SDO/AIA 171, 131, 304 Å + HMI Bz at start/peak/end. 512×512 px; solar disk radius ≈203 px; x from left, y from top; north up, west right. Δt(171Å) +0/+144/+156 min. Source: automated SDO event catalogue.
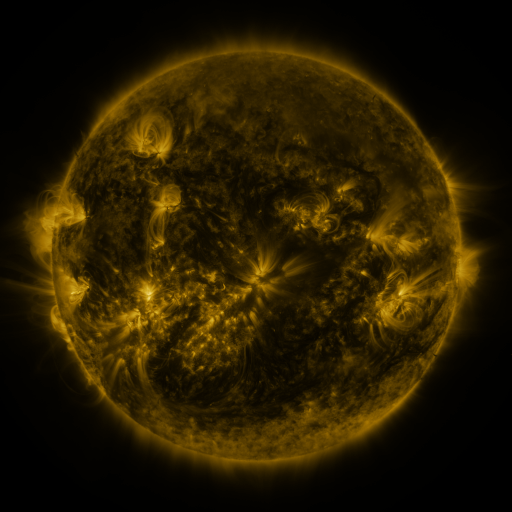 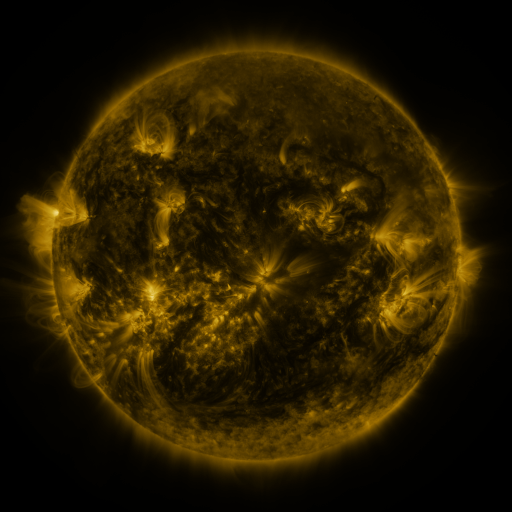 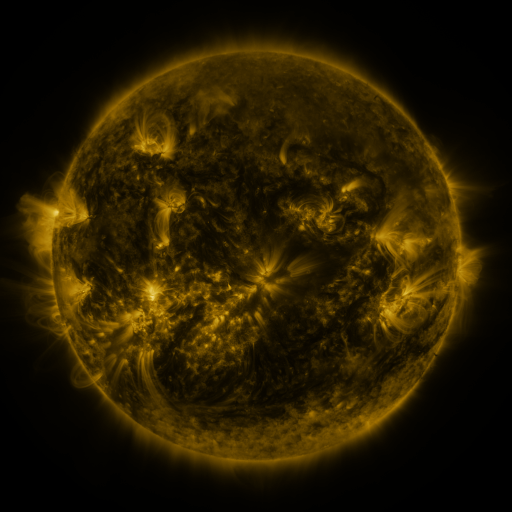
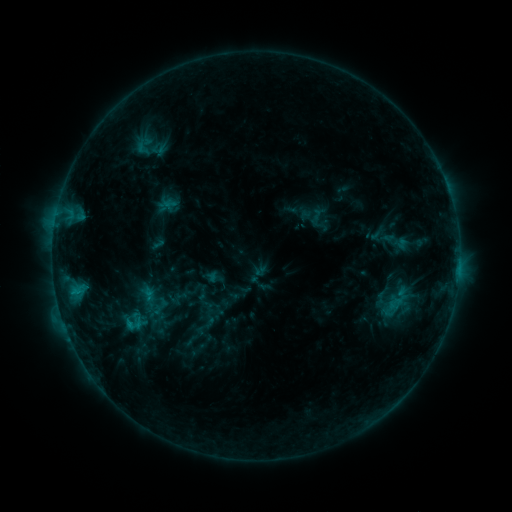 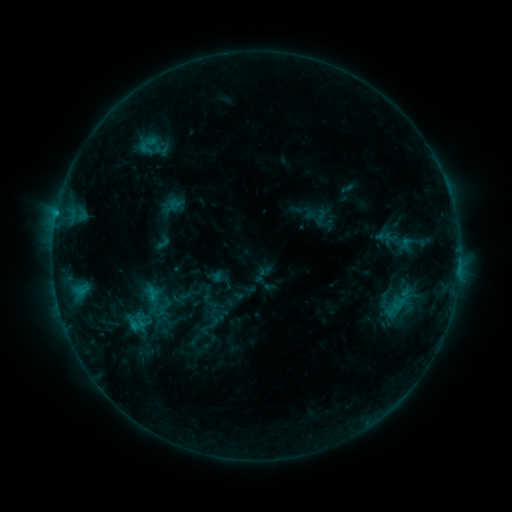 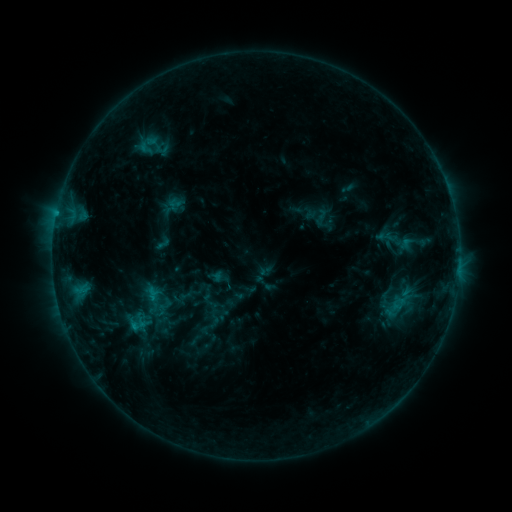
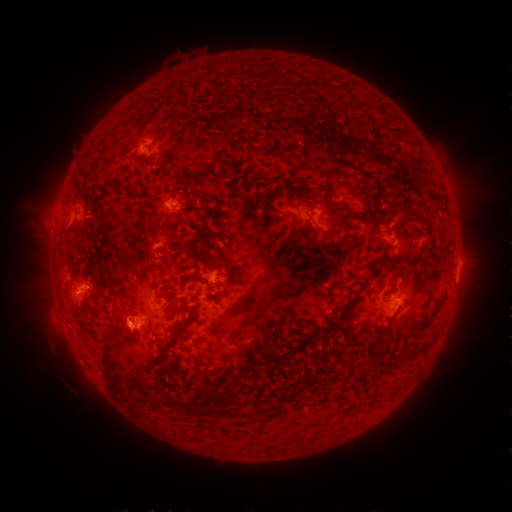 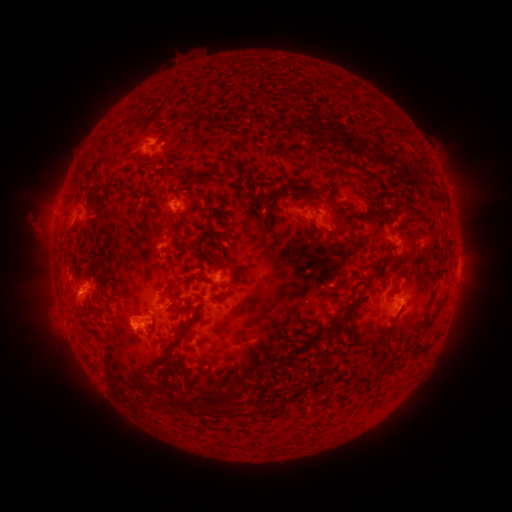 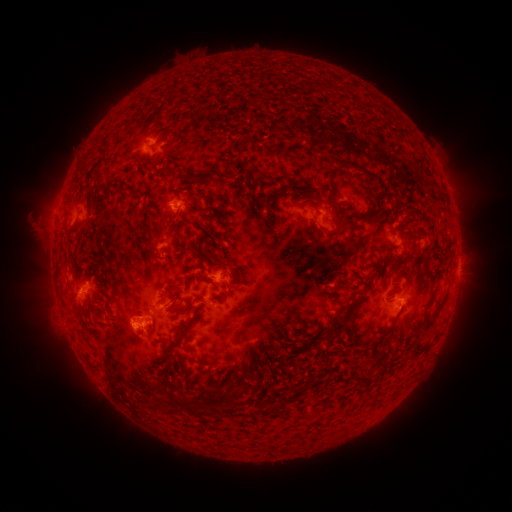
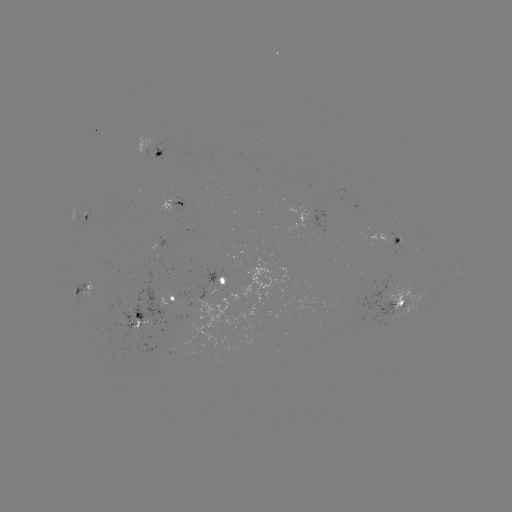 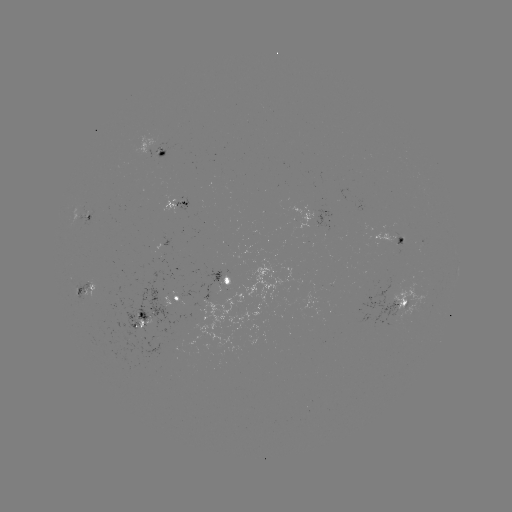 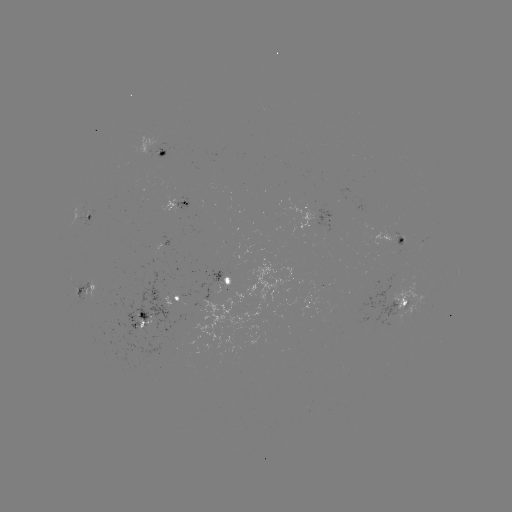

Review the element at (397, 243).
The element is emerging-flux region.